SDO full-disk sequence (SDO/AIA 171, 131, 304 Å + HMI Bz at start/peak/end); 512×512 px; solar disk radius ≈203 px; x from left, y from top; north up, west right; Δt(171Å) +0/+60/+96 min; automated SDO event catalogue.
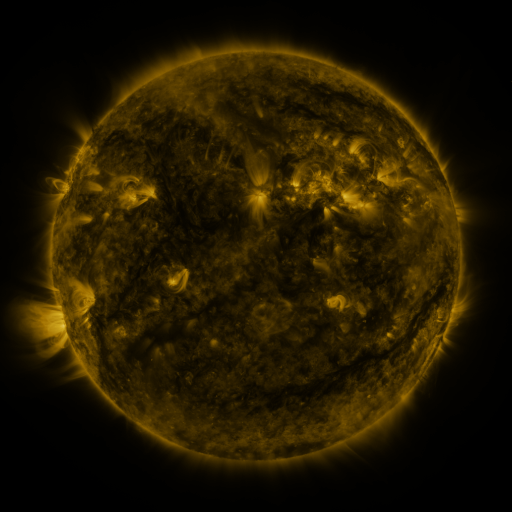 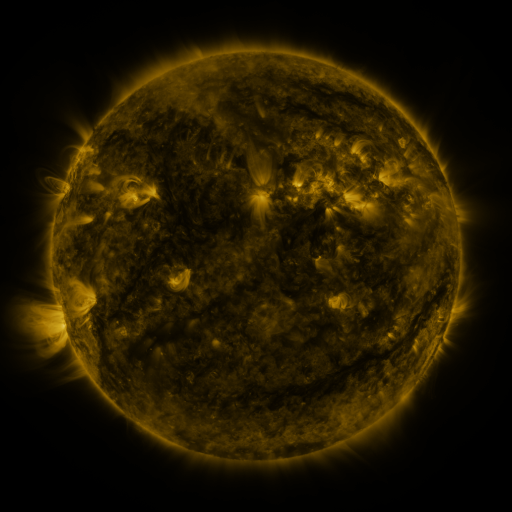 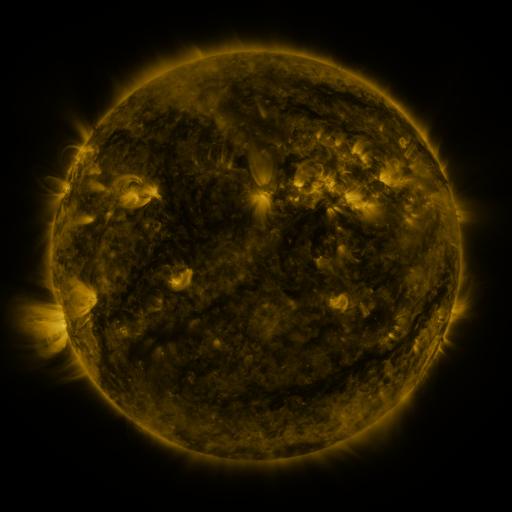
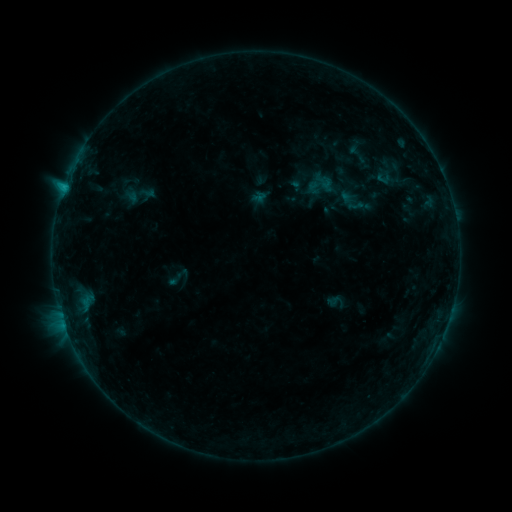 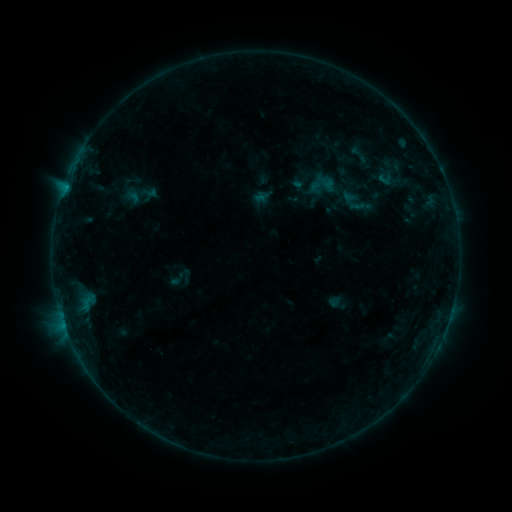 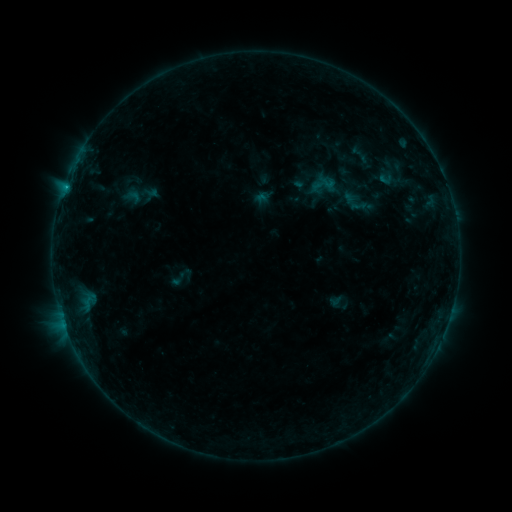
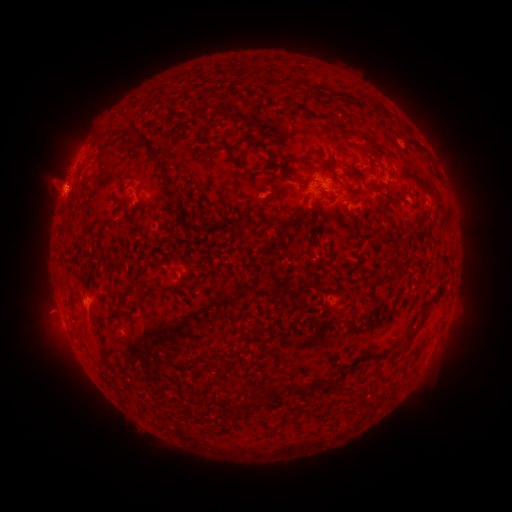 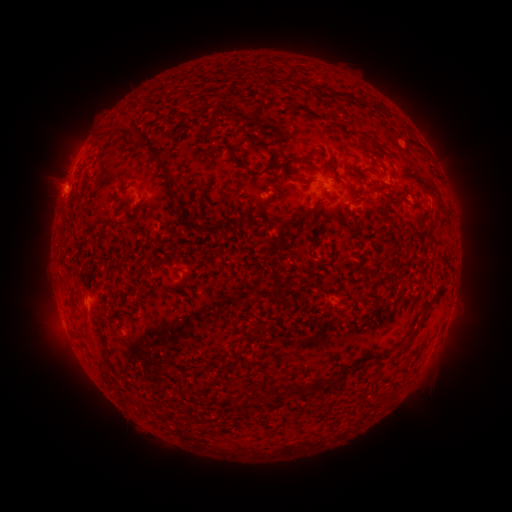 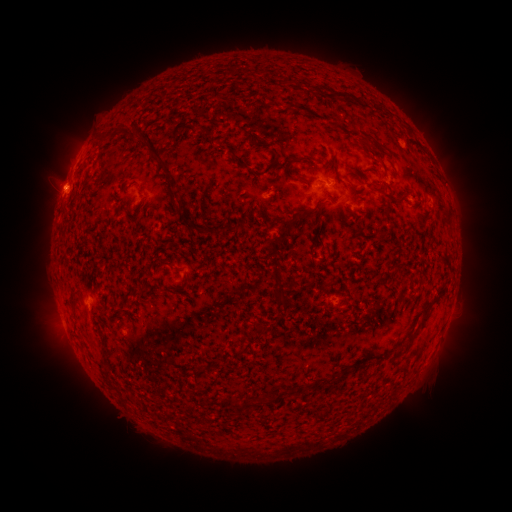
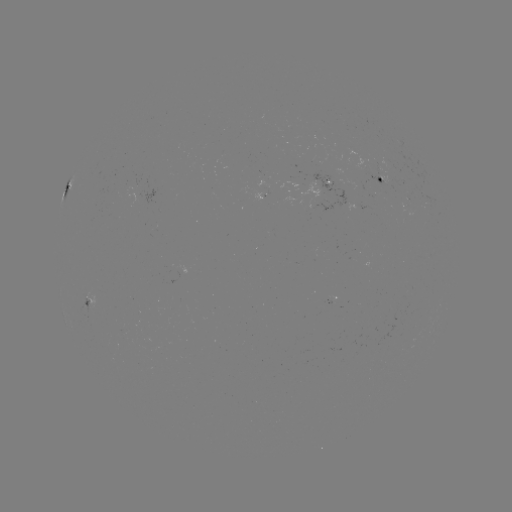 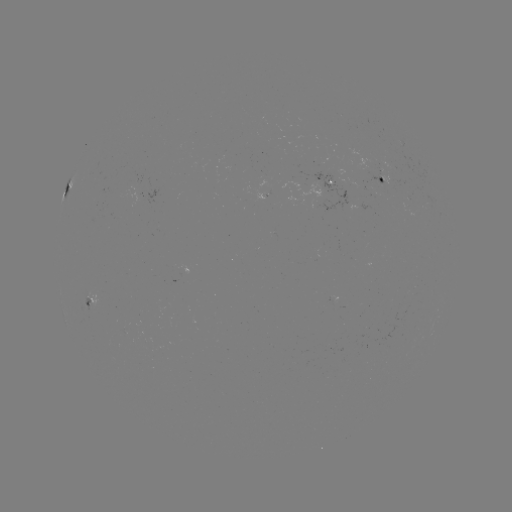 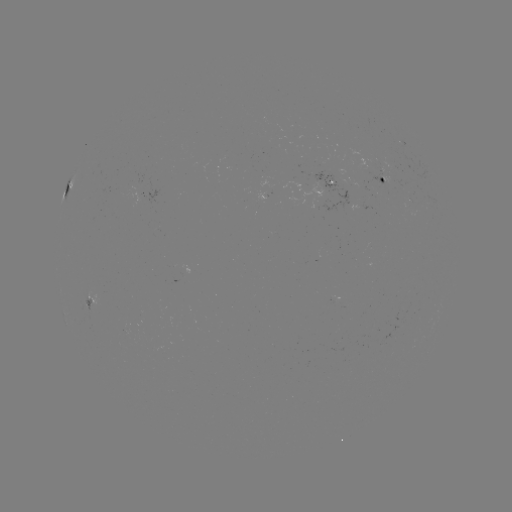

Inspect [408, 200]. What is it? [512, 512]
emerging-flux region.